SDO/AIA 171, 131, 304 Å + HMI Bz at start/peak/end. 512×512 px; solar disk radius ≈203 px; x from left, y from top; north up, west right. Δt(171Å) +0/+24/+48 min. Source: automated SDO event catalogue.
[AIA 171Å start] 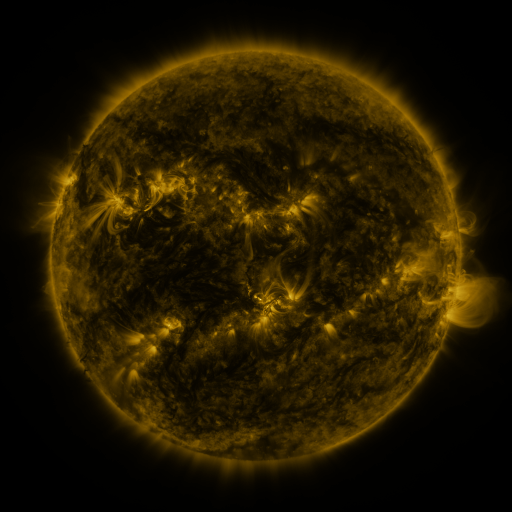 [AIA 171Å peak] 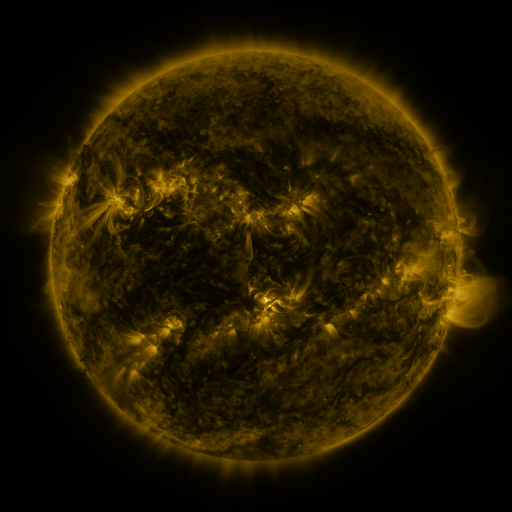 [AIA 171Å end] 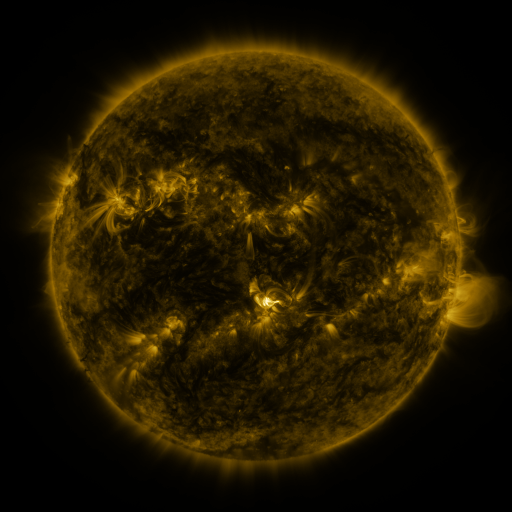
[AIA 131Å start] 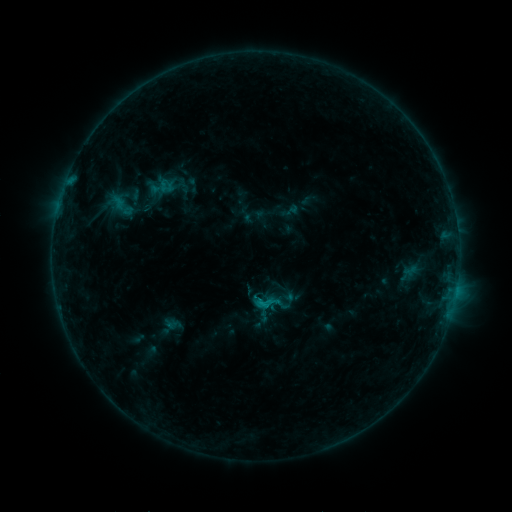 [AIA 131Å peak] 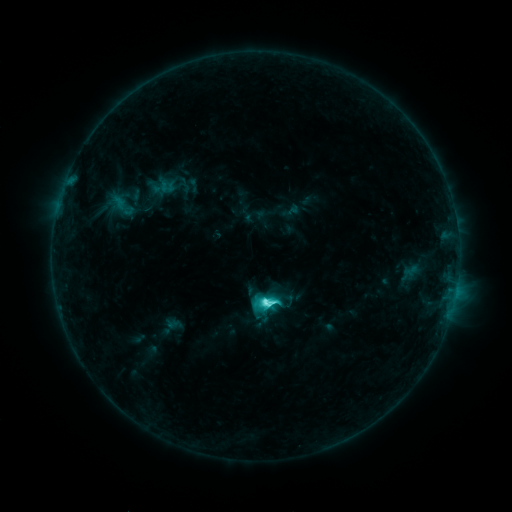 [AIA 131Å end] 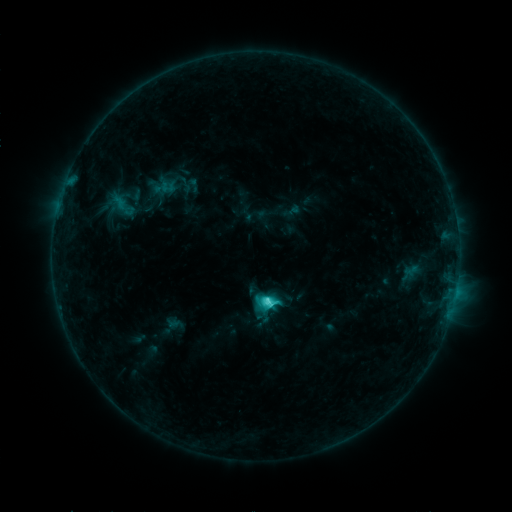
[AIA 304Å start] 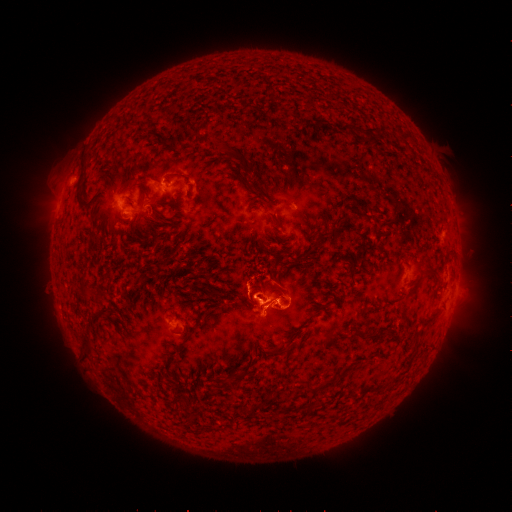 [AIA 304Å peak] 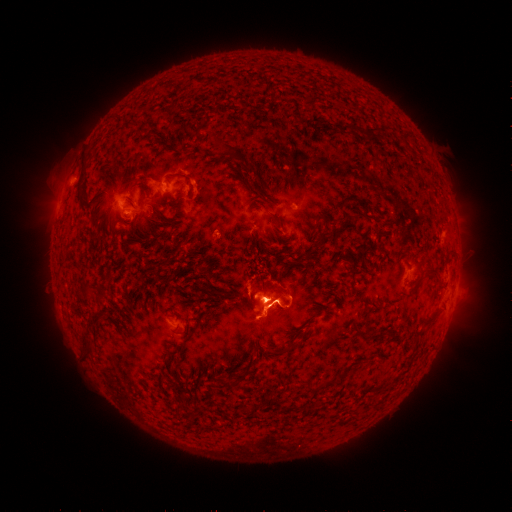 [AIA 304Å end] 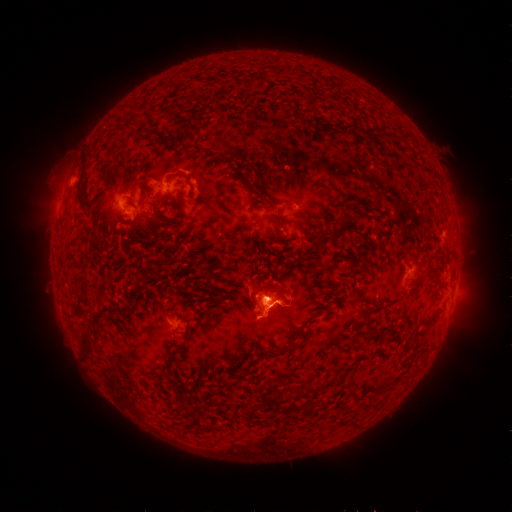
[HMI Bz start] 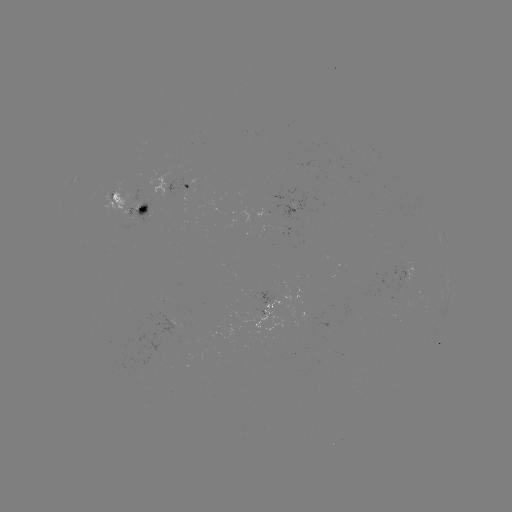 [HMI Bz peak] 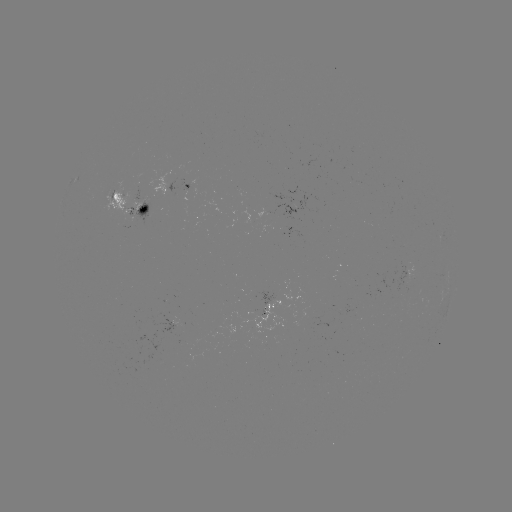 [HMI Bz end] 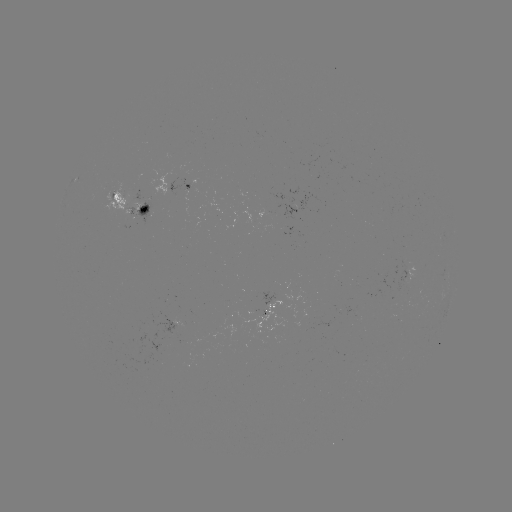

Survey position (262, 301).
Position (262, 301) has C6.6 flare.